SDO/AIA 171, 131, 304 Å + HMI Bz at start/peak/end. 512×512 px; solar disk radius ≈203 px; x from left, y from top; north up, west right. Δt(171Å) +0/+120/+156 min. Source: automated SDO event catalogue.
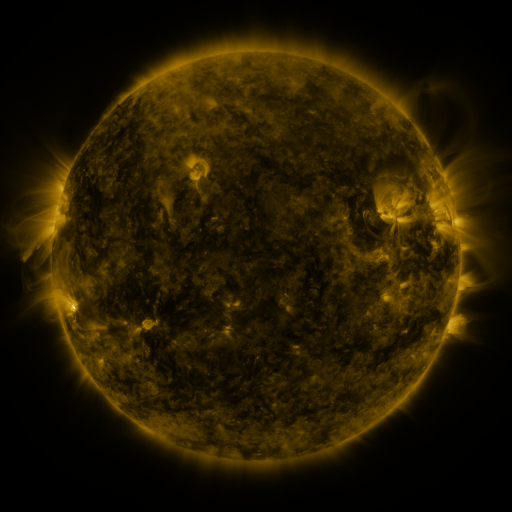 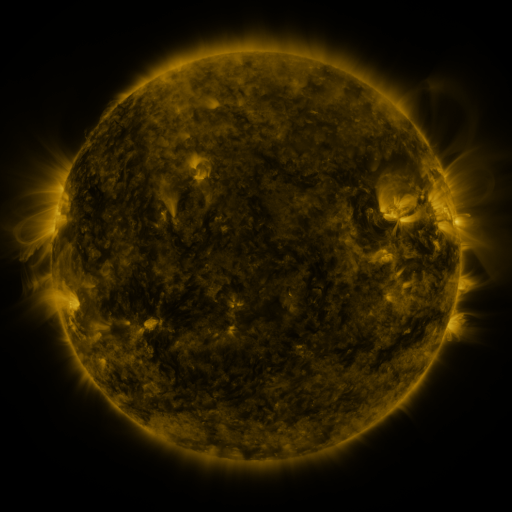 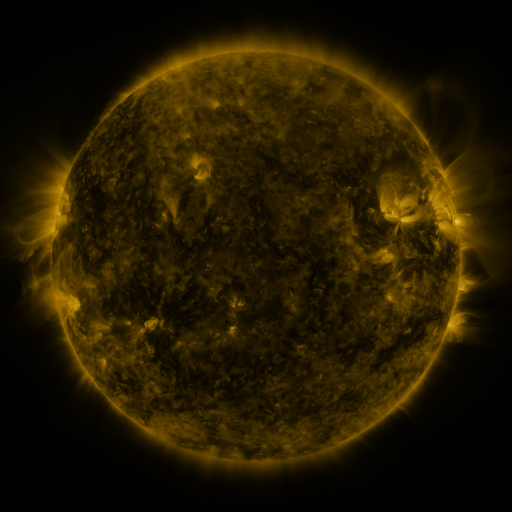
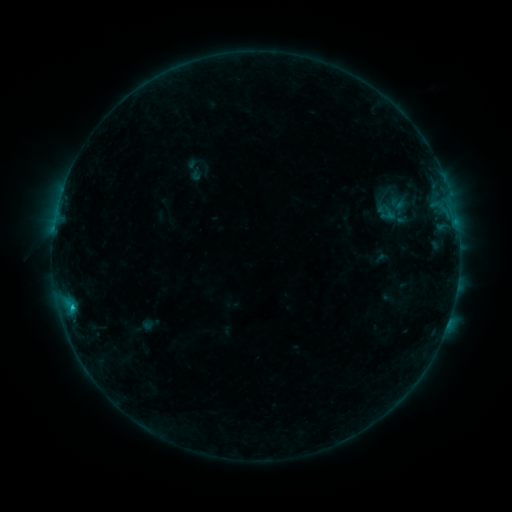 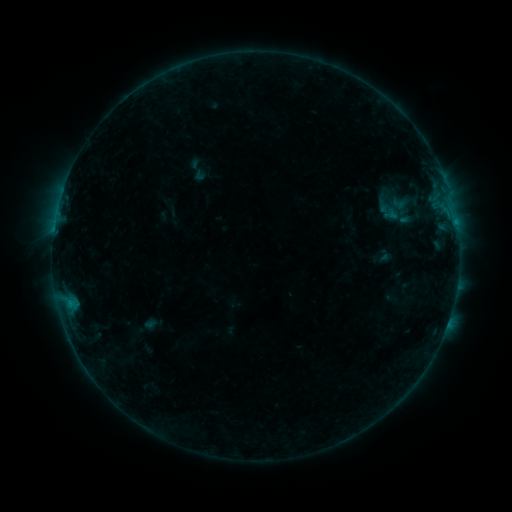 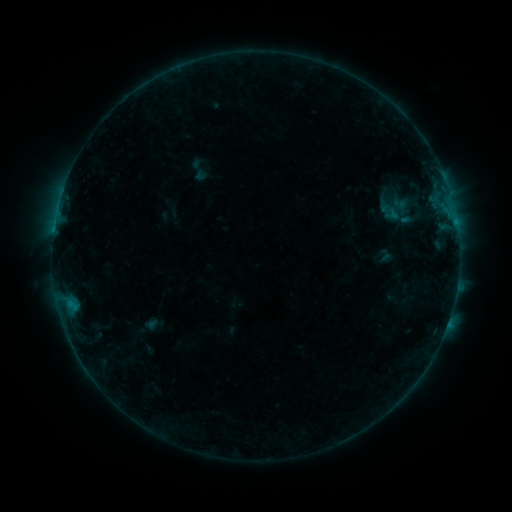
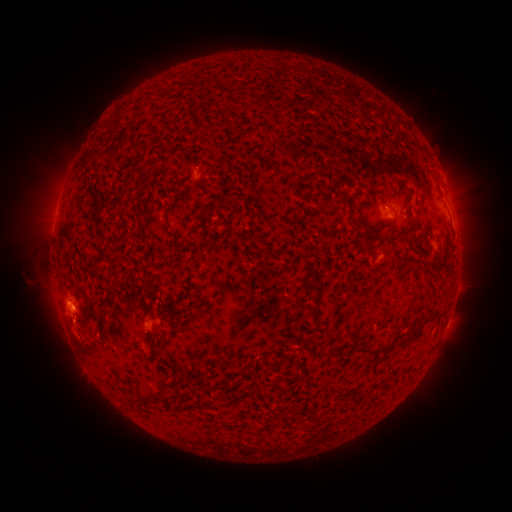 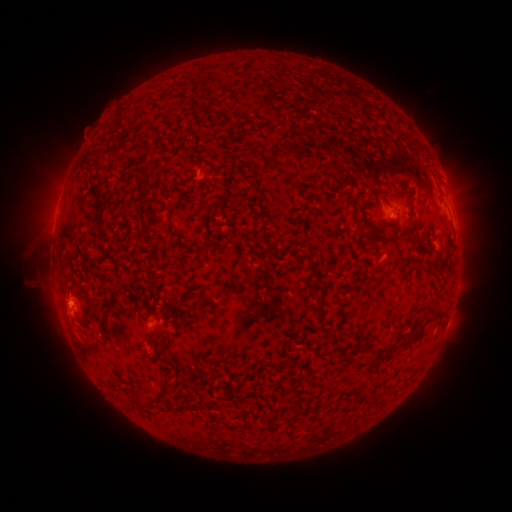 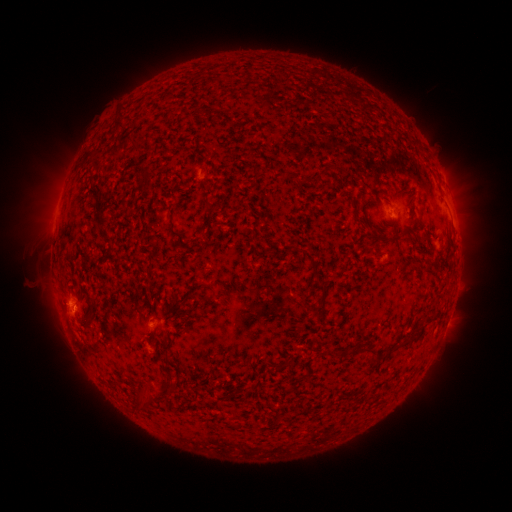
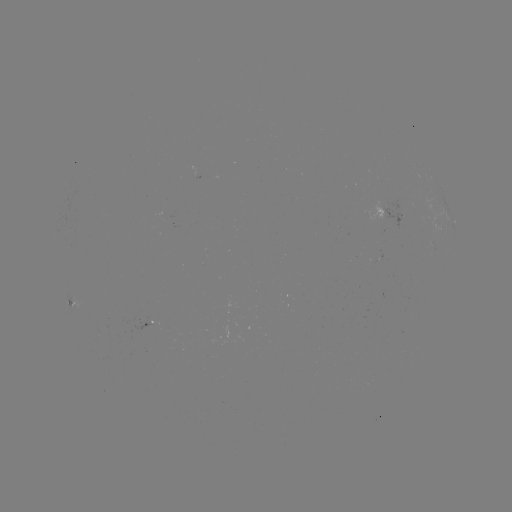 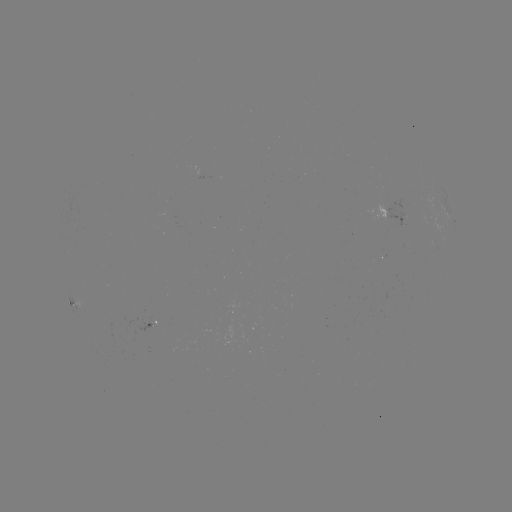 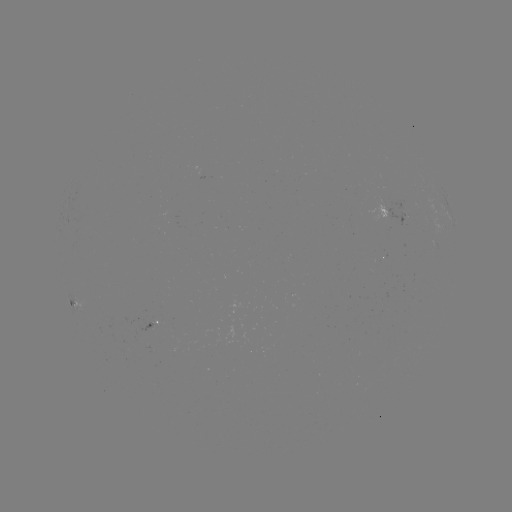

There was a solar emerging-flux region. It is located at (384, 204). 